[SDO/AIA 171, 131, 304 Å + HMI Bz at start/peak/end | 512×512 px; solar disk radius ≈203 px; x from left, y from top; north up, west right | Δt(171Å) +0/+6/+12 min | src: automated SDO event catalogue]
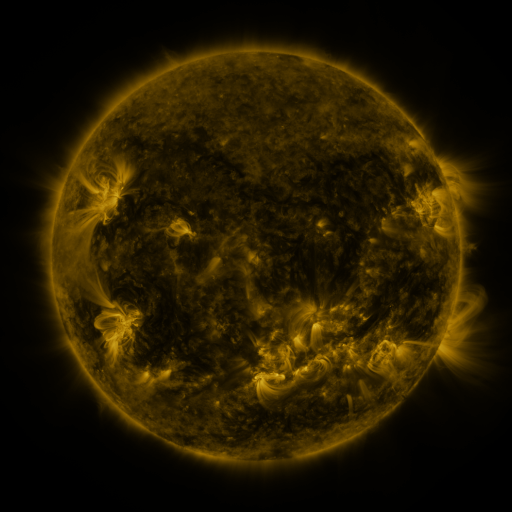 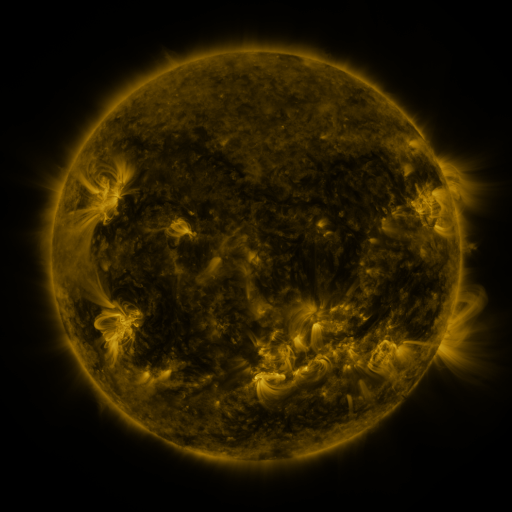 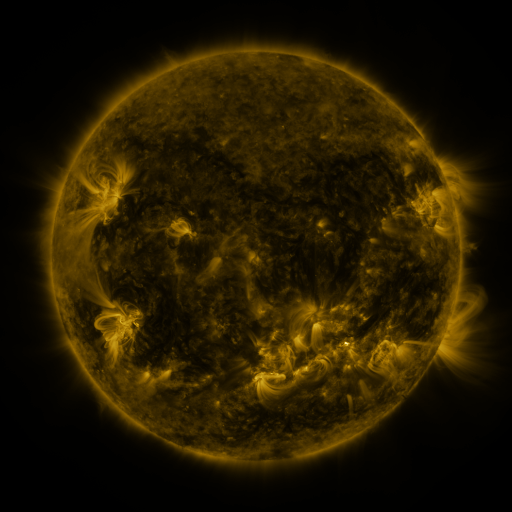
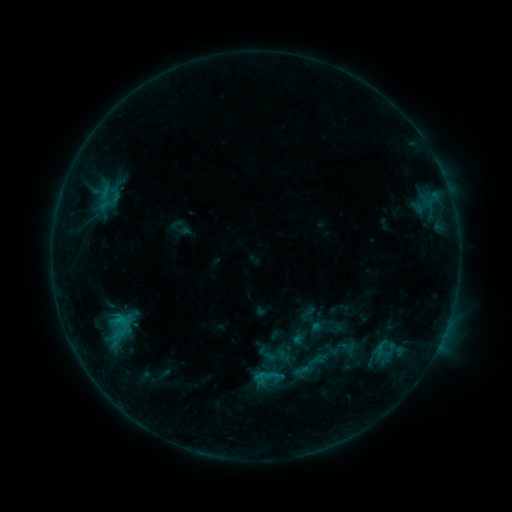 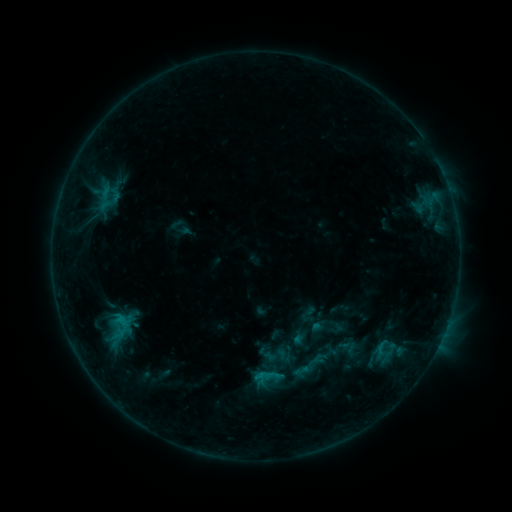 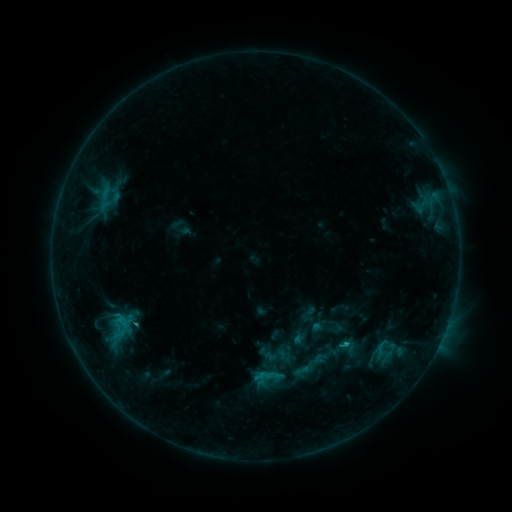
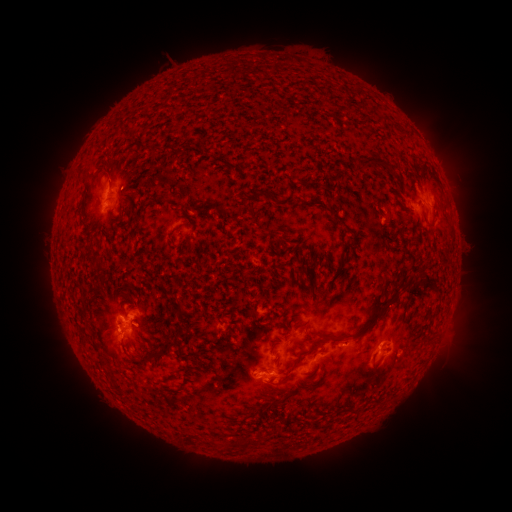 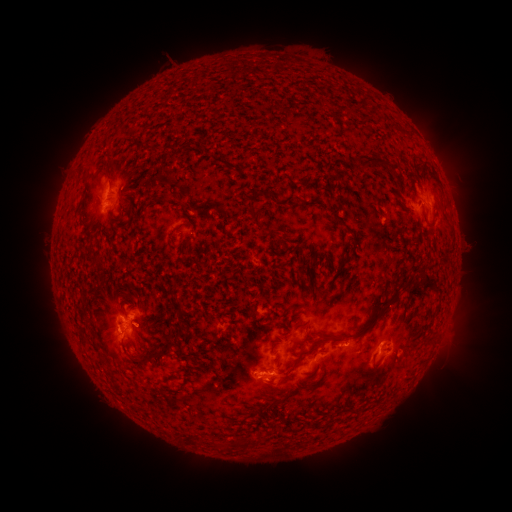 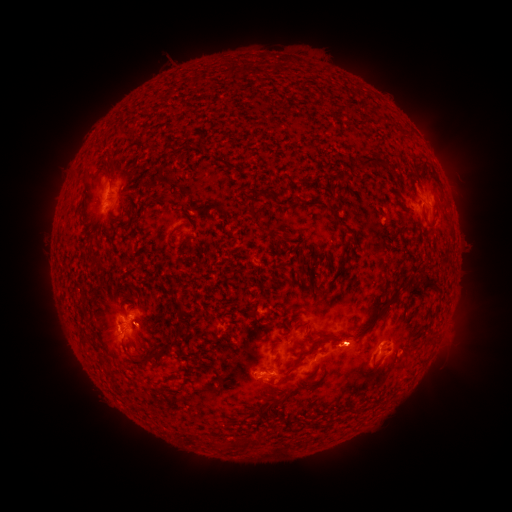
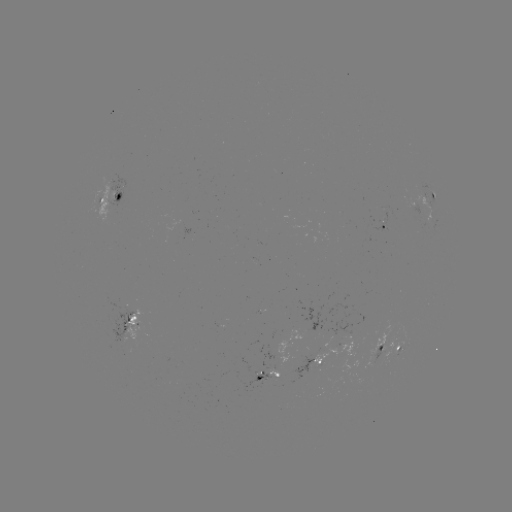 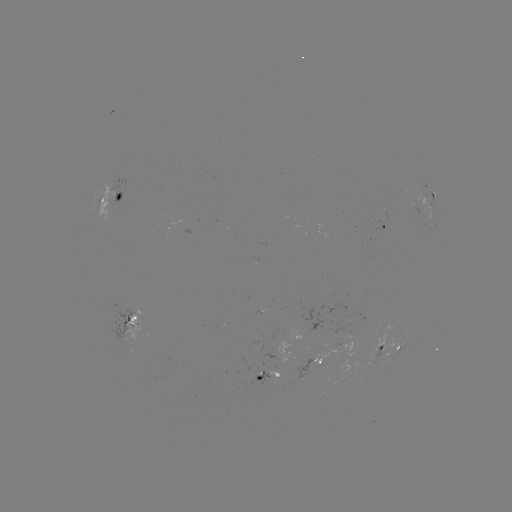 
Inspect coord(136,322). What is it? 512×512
C1.4 flare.